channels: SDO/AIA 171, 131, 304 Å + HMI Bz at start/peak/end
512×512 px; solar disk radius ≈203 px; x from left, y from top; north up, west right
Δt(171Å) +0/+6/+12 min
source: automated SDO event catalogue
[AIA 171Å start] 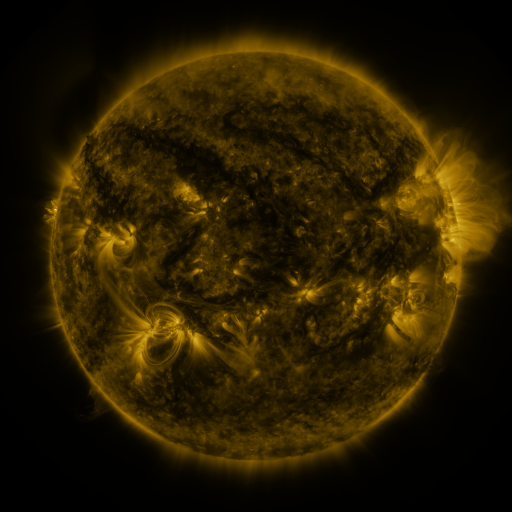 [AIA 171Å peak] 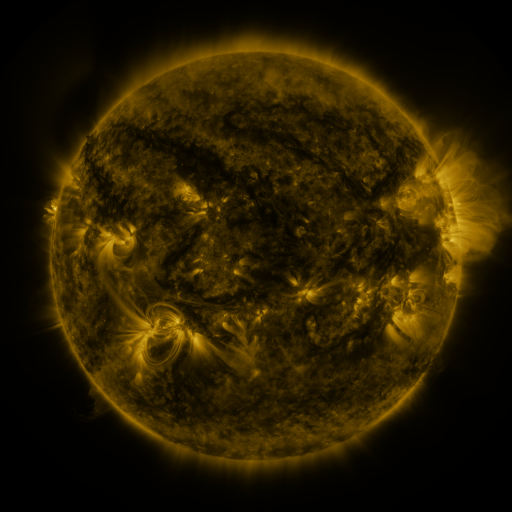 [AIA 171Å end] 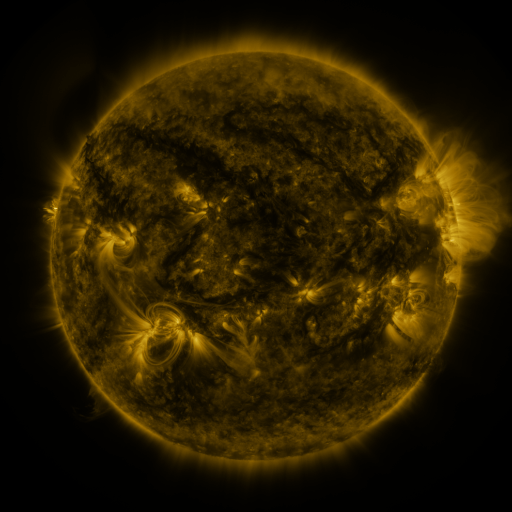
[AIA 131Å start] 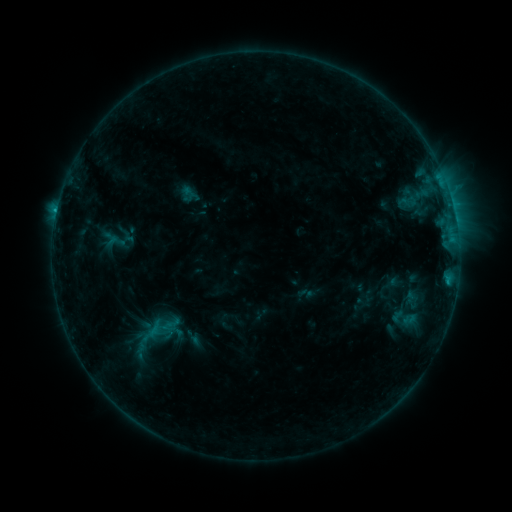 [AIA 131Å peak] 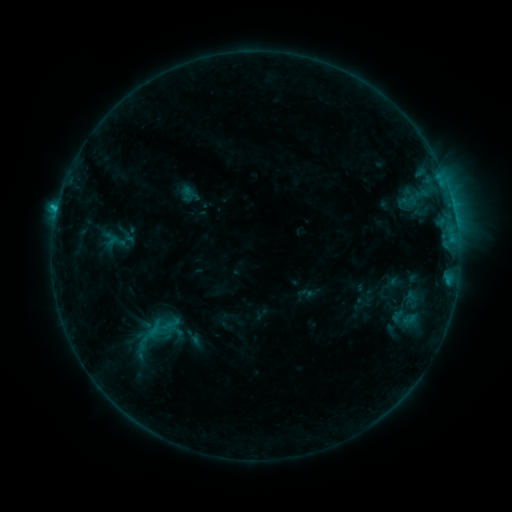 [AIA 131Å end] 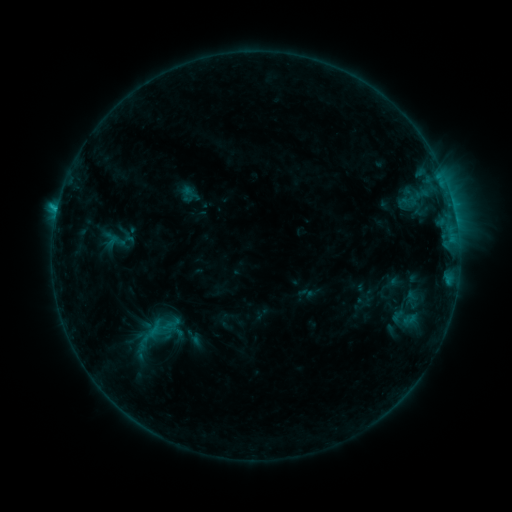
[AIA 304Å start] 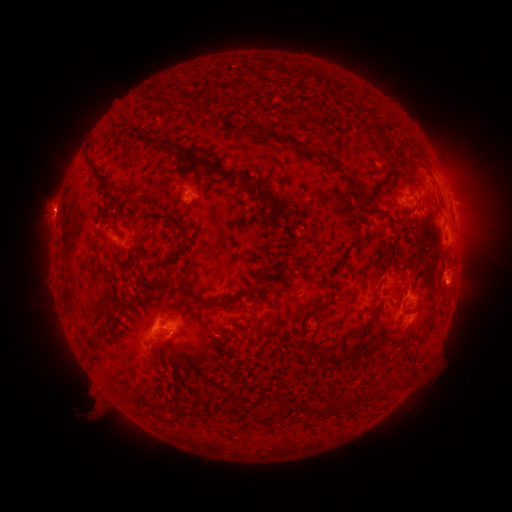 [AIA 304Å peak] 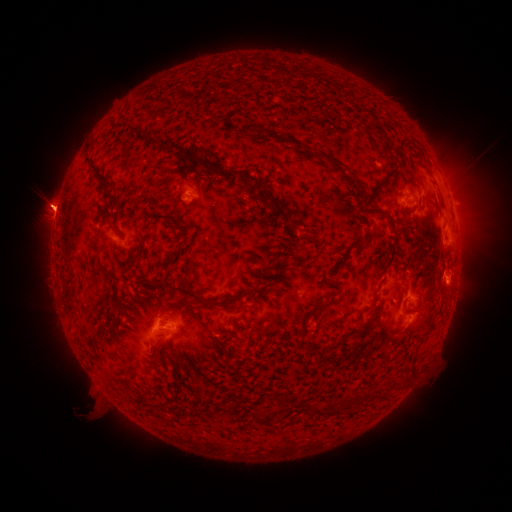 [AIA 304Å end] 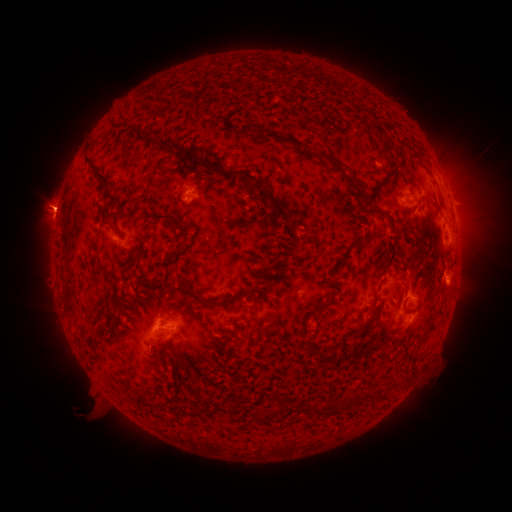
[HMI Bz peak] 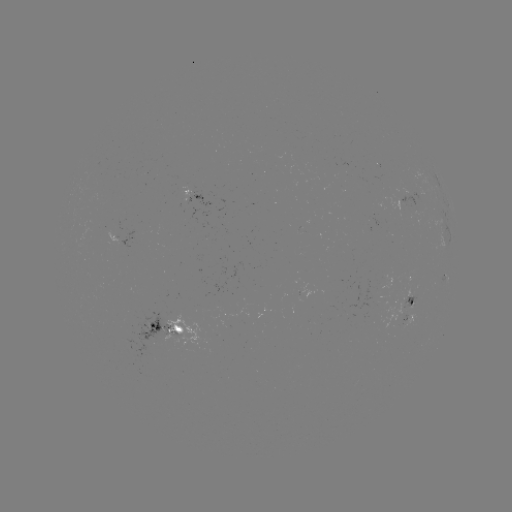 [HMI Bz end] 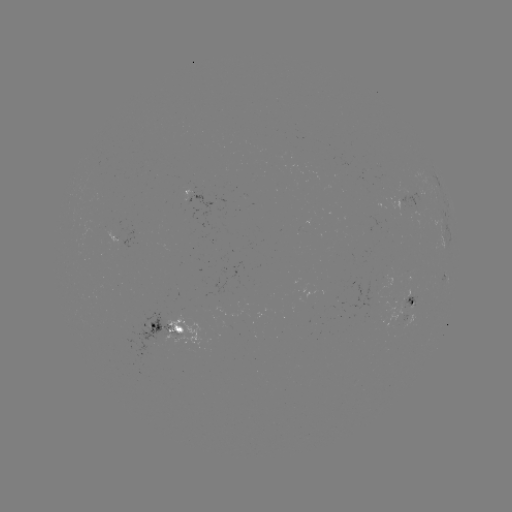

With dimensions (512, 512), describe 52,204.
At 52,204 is eruption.